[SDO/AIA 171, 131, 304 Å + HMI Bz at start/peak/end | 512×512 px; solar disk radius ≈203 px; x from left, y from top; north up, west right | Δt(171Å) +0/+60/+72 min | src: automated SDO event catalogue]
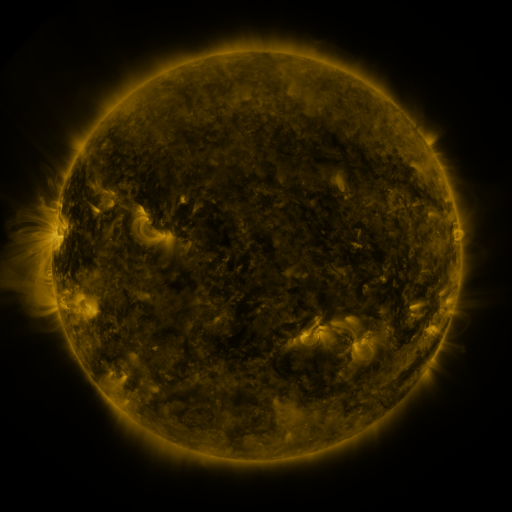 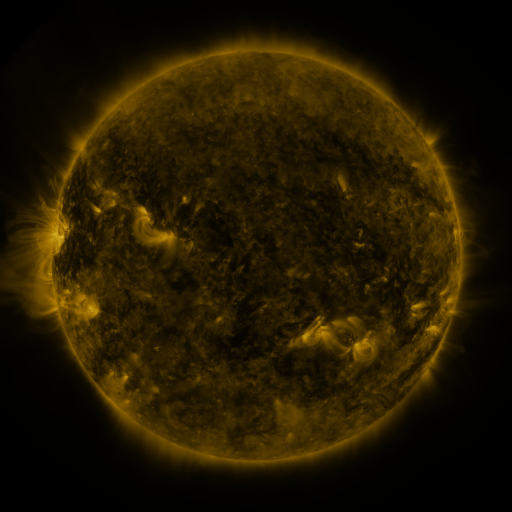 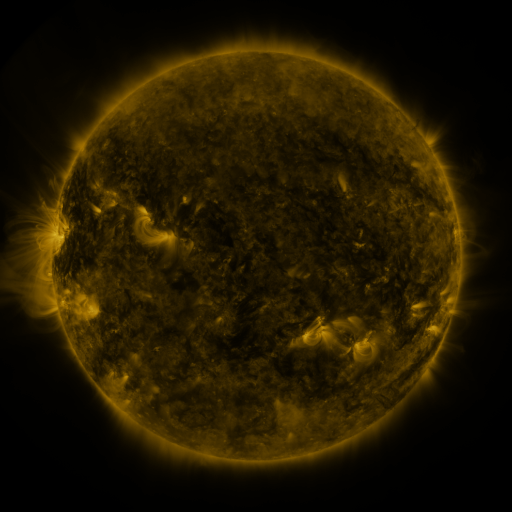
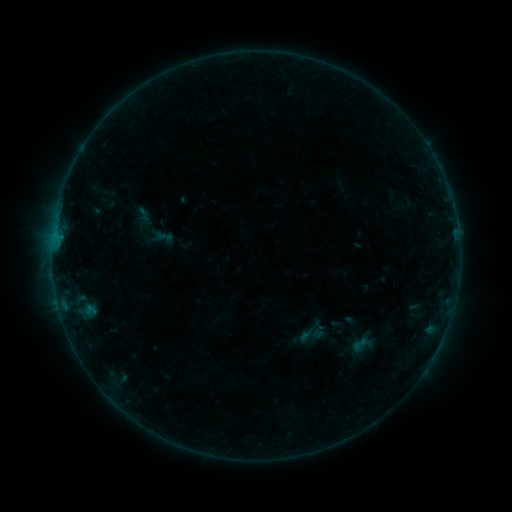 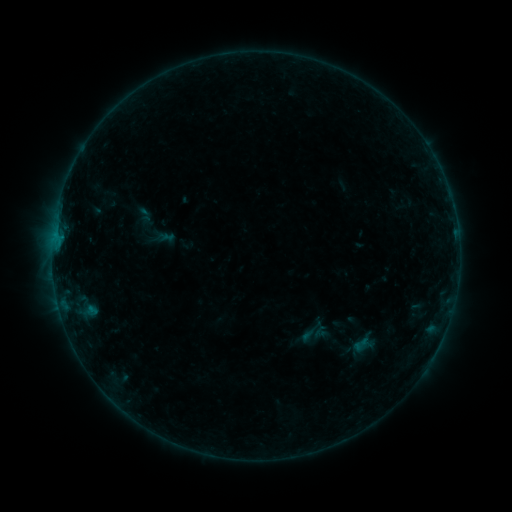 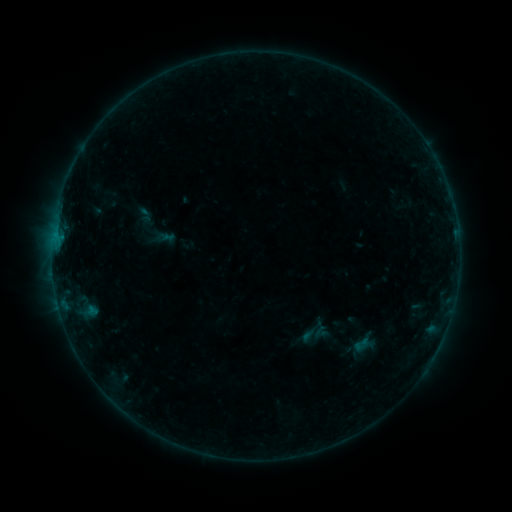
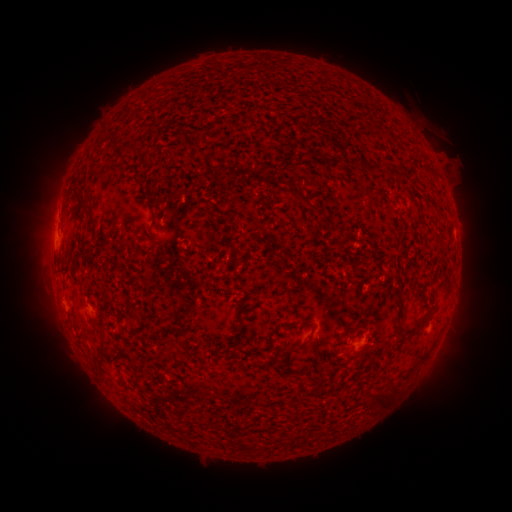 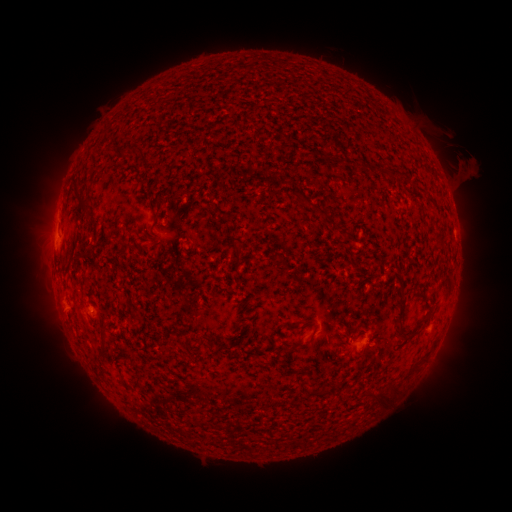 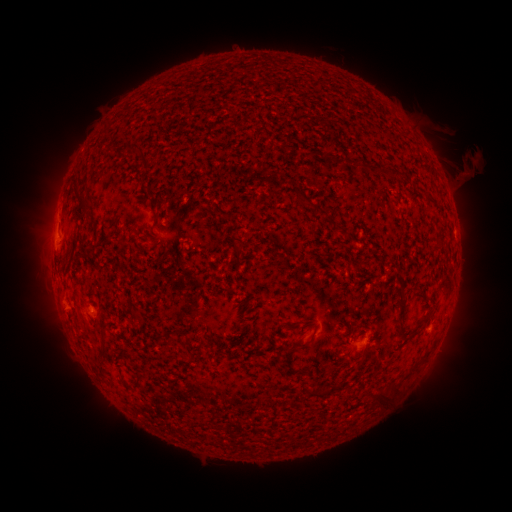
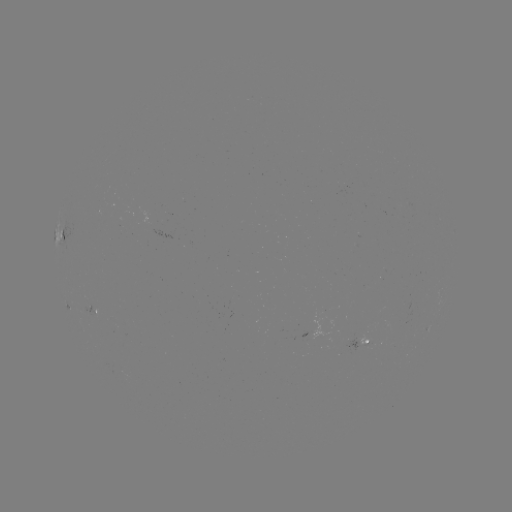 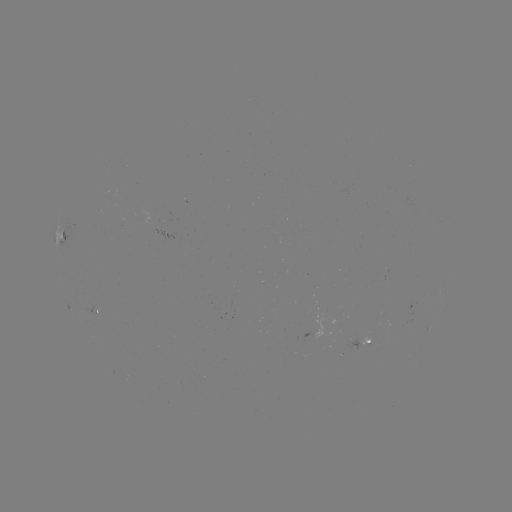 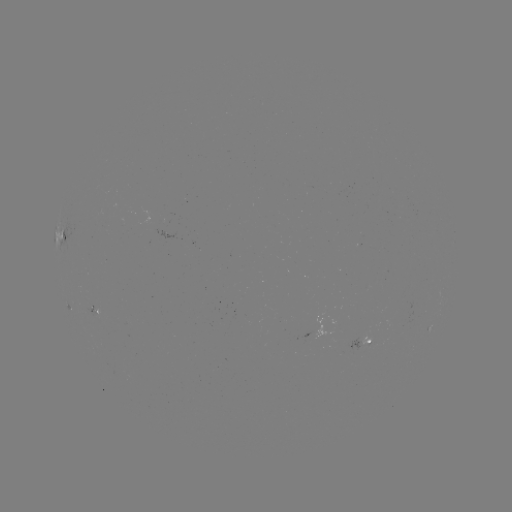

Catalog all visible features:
emerging-flux region: (368, 341)
